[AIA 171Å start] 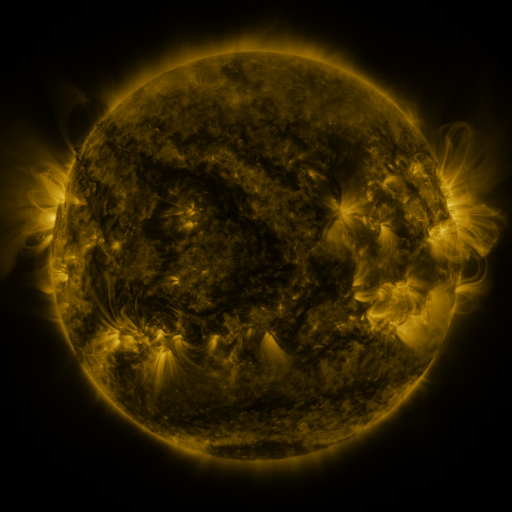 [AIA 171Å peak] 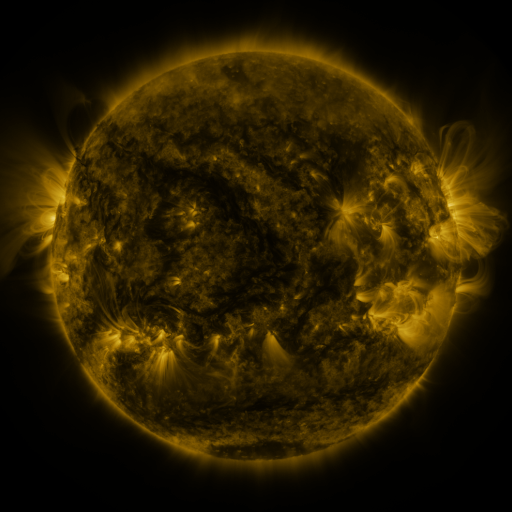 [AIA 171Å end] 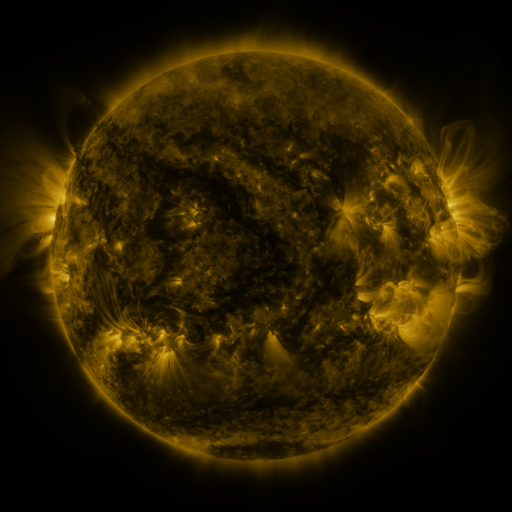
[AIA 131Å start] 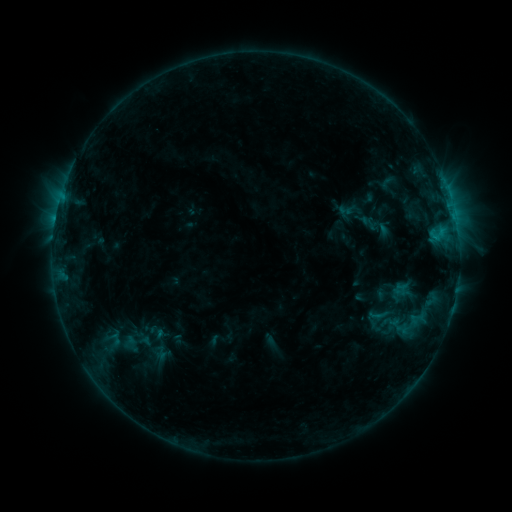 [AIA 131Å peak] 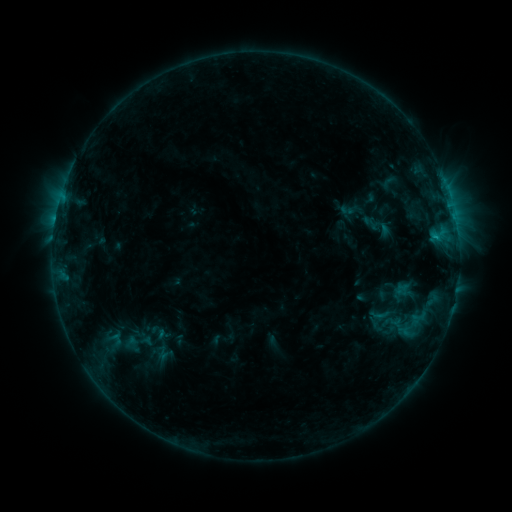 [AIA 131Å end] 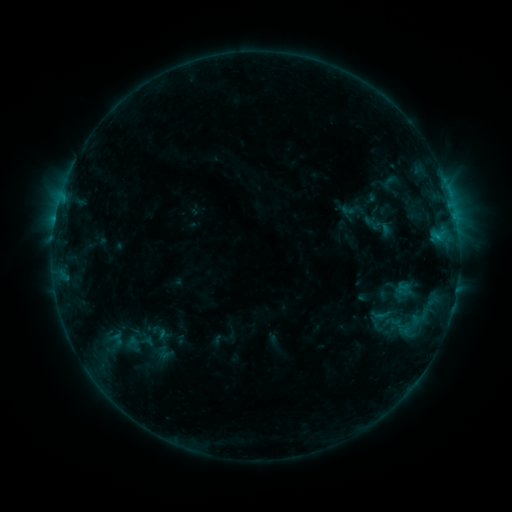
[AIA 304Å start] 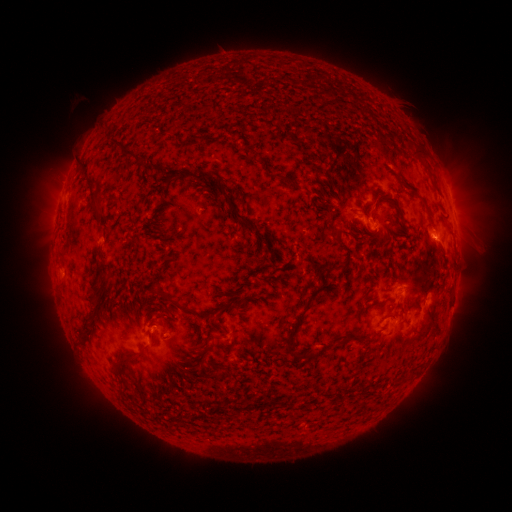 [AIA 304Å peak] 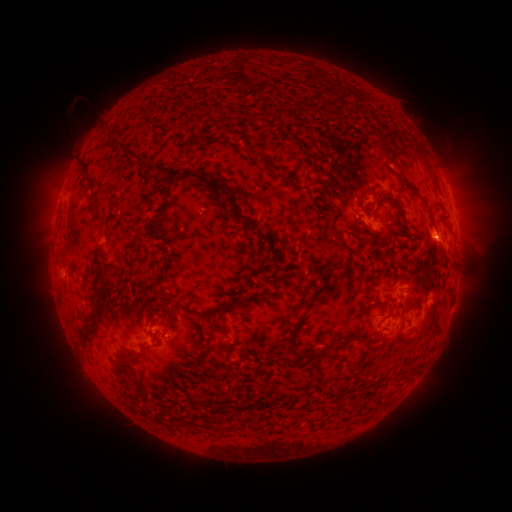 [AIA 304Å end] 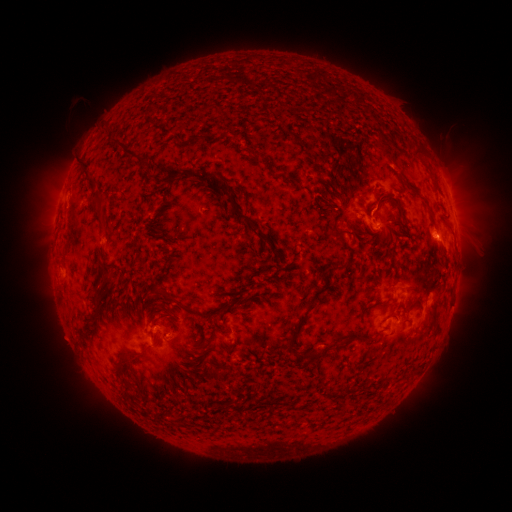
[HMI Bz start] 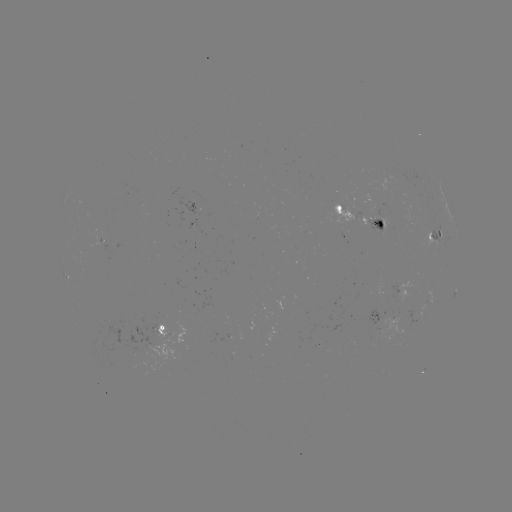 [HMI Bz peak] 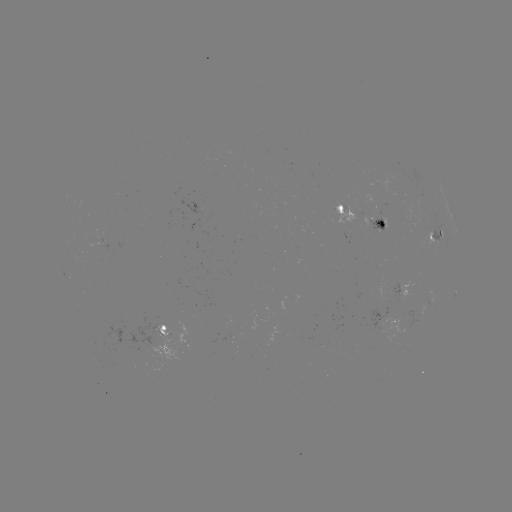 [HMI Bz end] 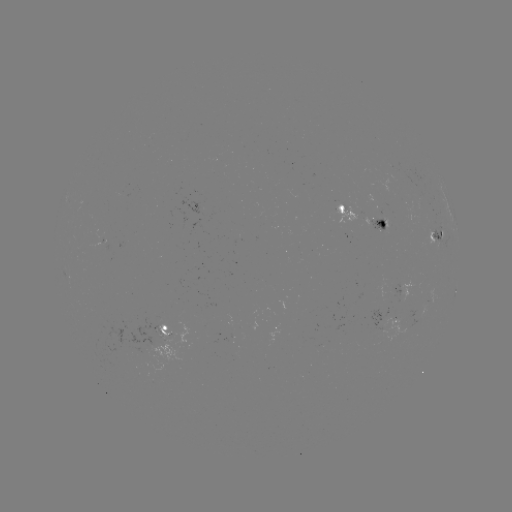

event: emerging-flux region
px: (227, 326)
